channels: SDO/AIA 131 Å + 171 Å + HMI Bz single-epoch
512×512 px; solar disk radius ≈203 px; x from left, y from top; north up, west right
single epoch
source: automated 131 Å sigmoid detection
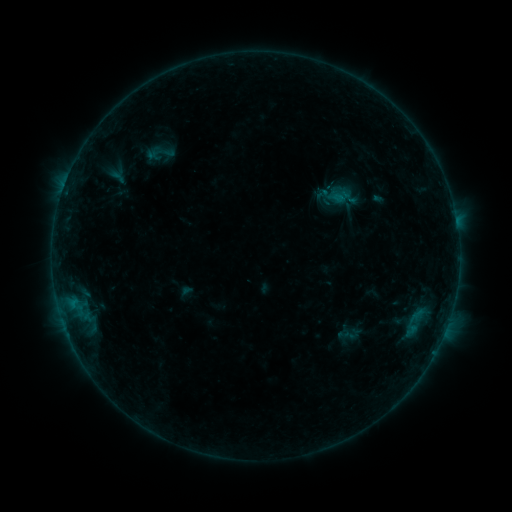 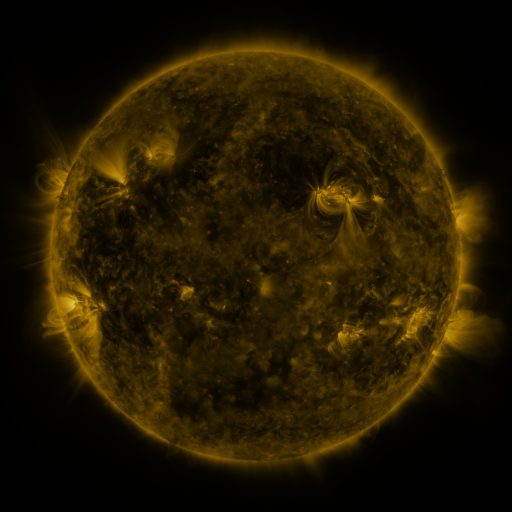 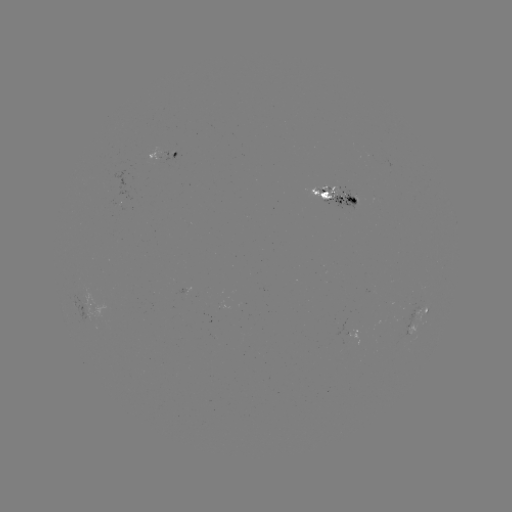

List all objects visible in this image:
sigmoid: [317, 192, 343, 216]
